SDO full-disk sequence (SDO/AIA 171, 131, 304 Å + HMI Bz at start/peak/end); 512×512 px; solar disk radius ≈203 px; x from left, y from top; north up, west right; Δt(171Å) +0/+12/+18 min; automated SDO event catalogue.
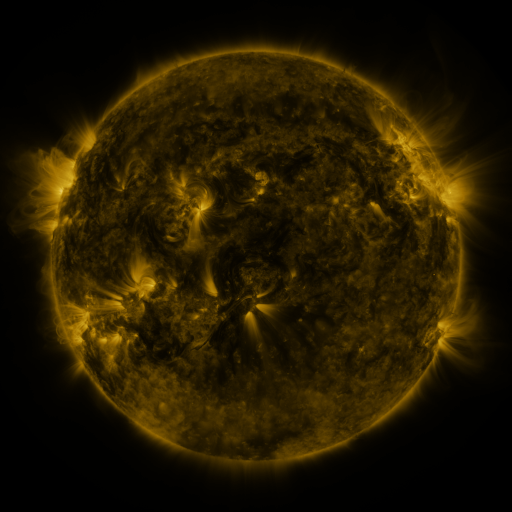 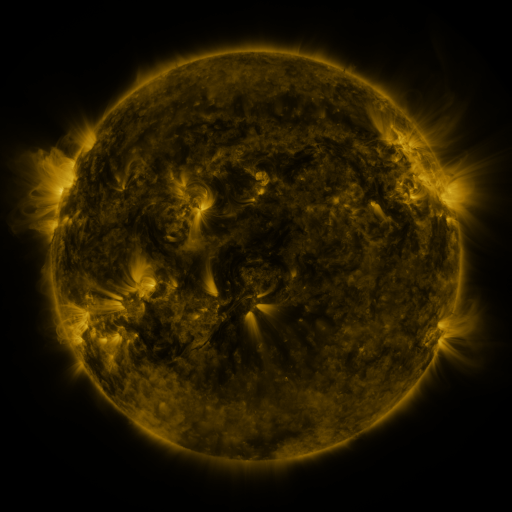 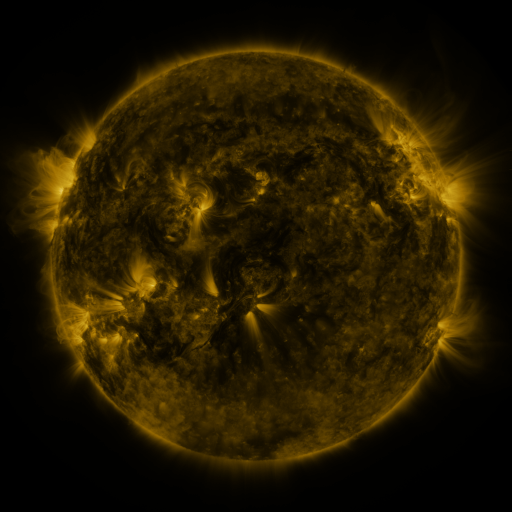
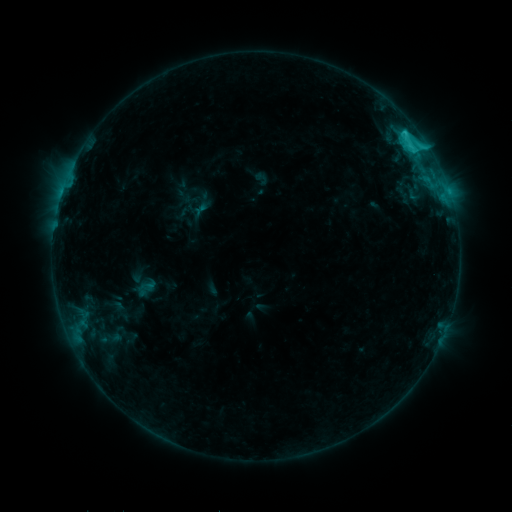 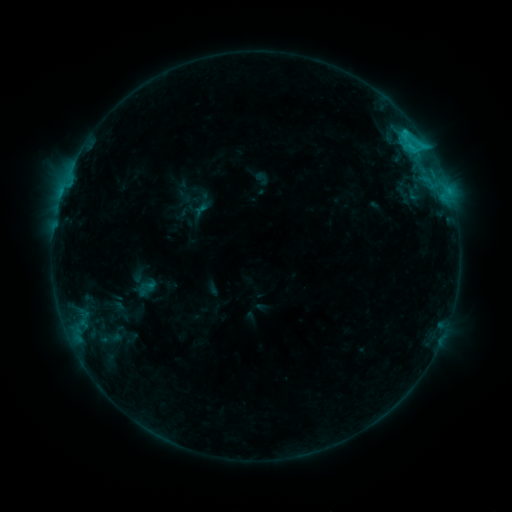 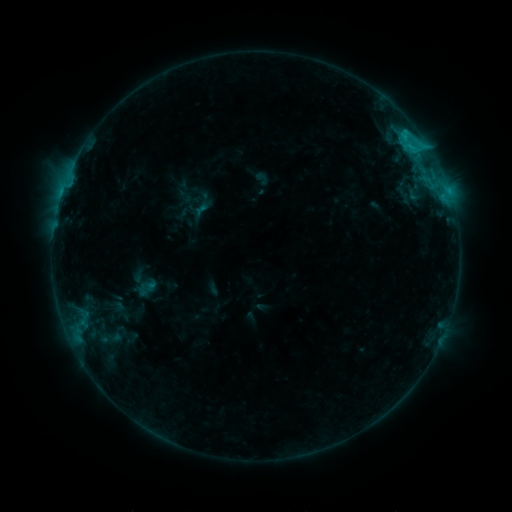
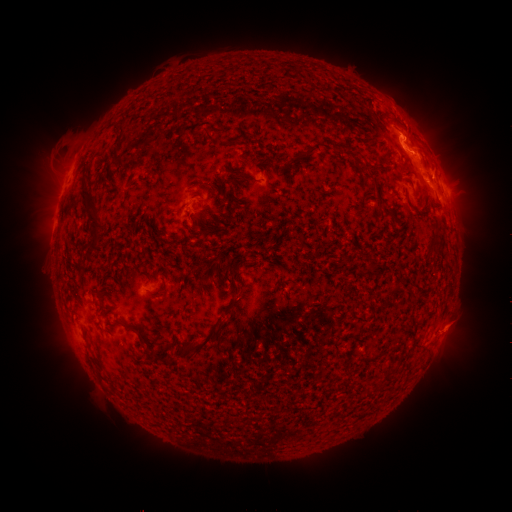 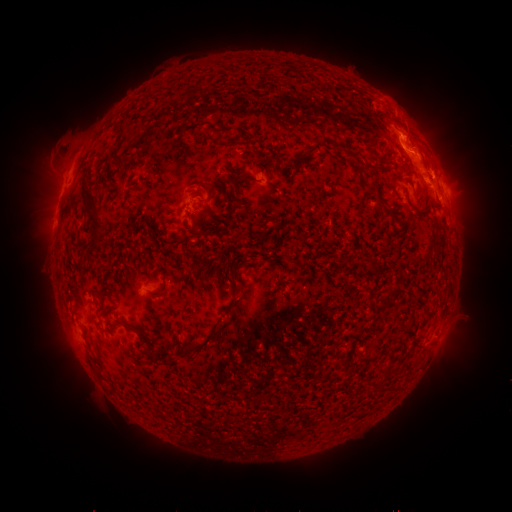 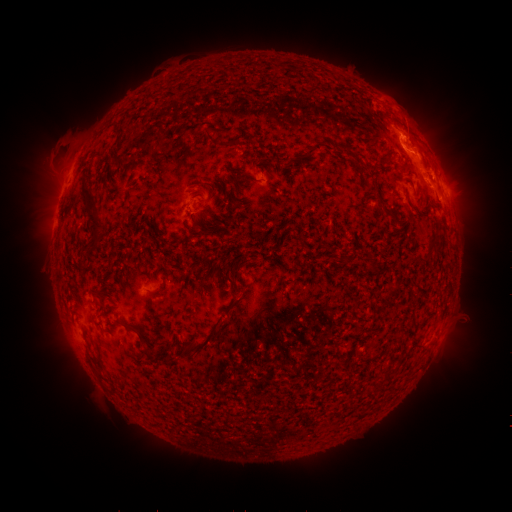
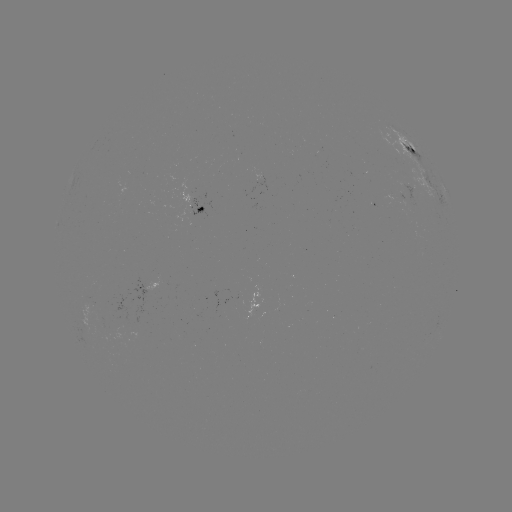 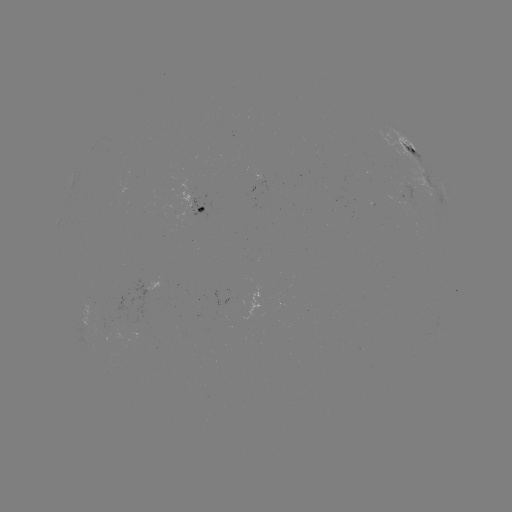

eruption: (390, 91, 430, 140)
